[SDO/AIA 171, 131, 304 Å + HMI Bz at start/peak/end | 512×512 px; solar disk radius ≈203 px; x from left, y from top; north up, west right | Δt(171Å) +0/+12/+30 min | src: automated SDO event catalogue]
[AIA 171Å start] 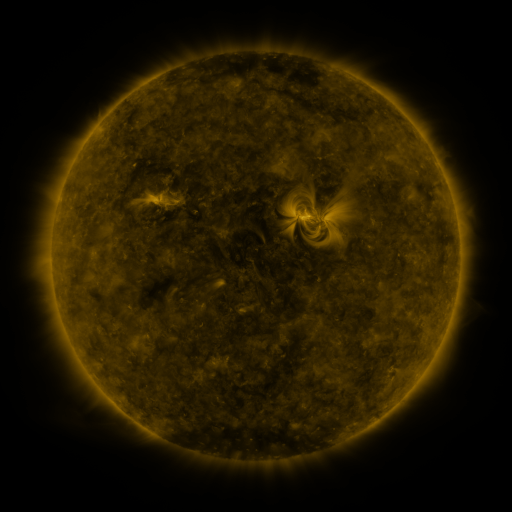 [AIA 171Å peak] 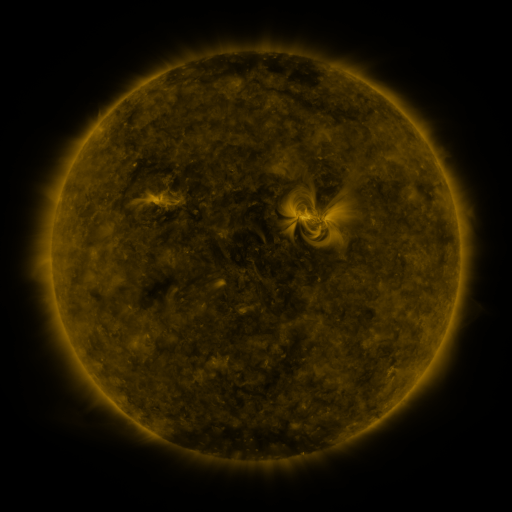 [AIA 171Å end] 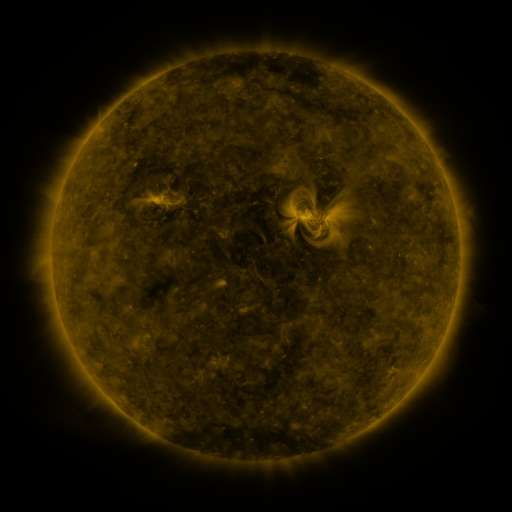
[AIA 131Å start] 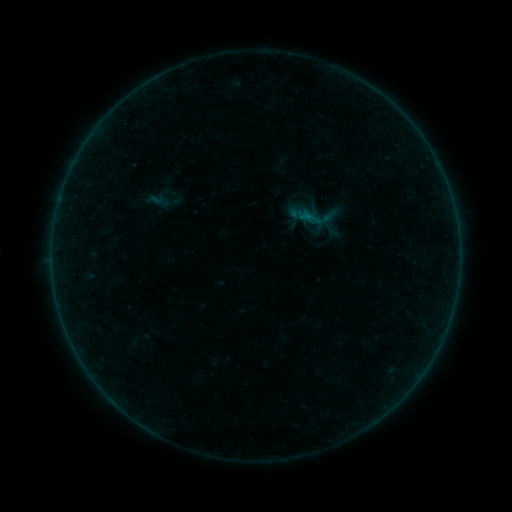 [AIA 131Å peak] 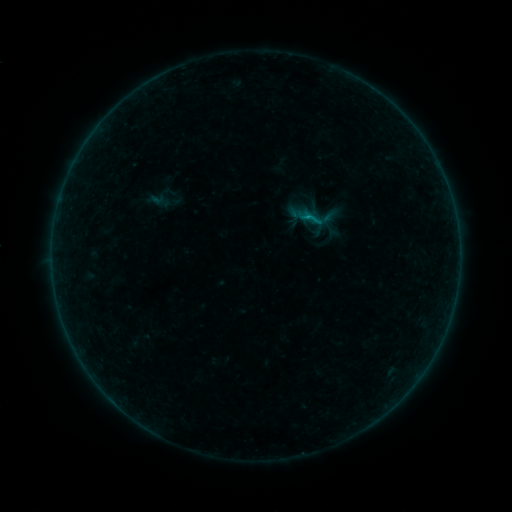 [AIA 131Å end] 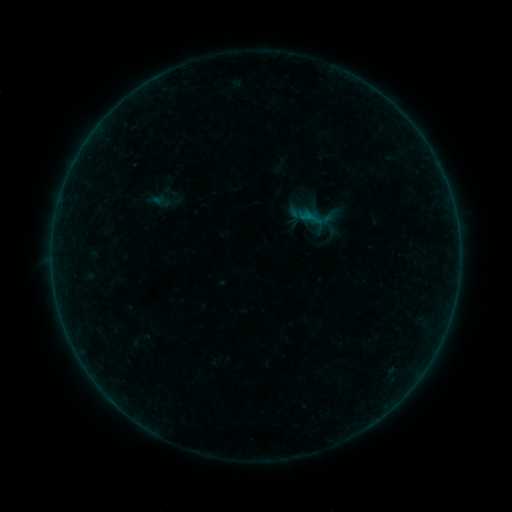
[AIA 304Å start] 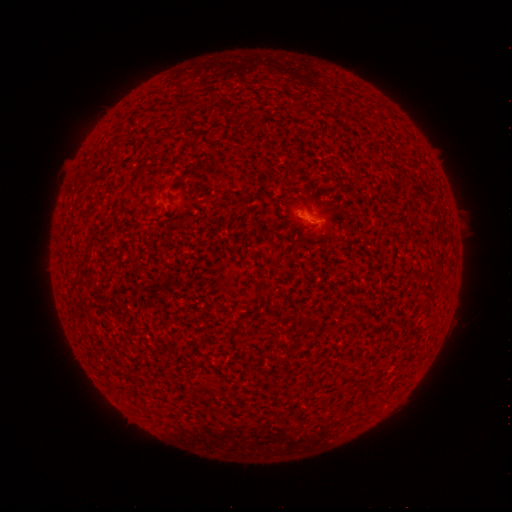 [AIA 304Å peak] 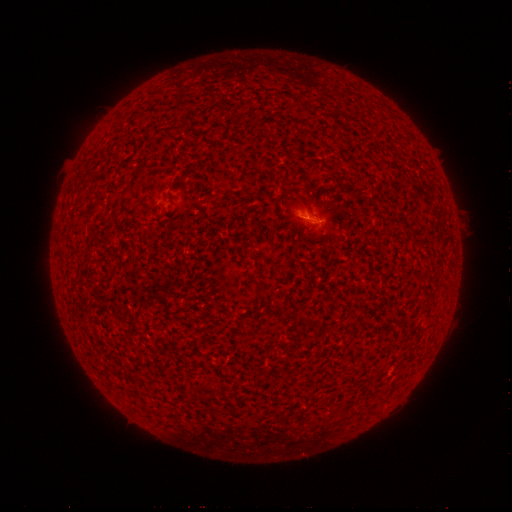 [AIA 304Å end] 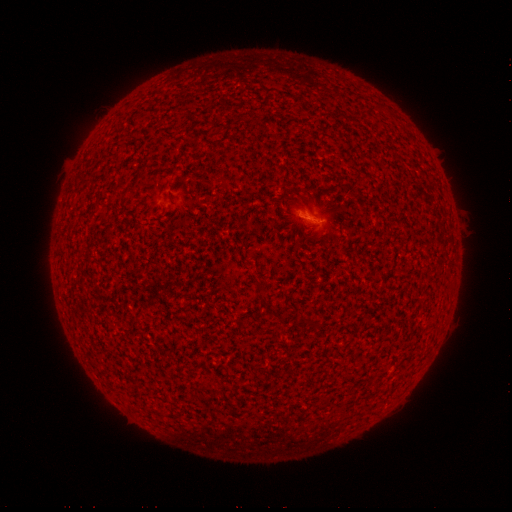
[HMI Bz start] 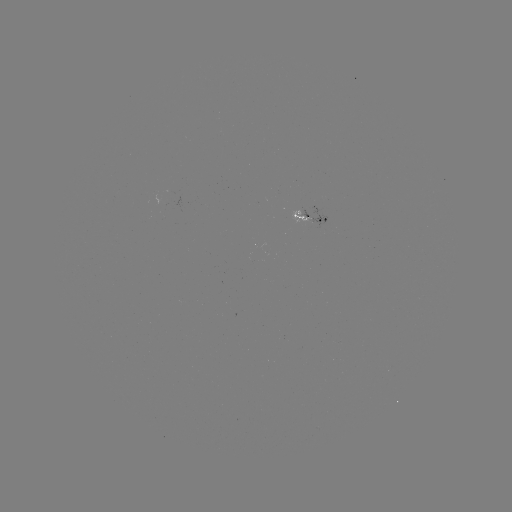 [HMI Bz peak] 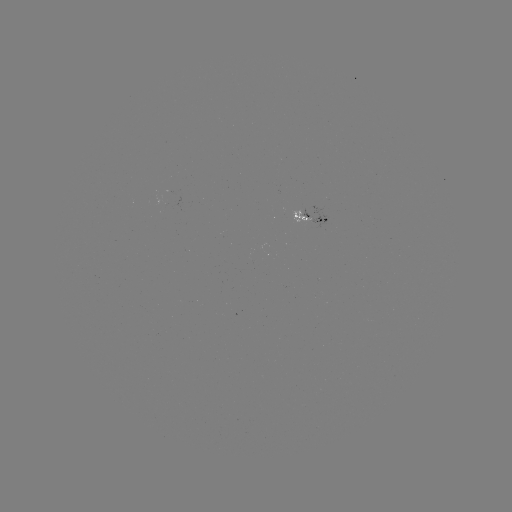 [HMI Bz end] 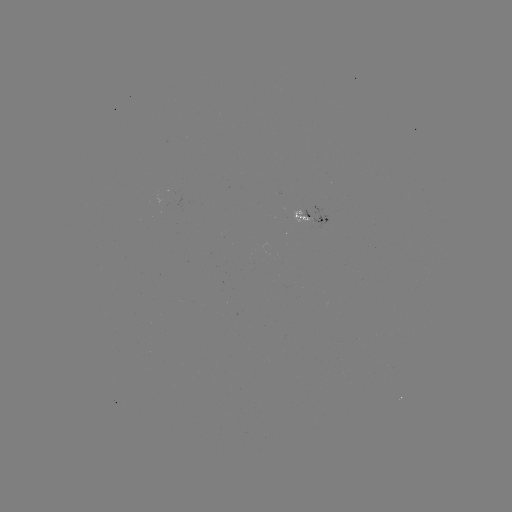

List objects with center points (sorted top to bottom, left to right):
B2.3 flare: (305, 219)
